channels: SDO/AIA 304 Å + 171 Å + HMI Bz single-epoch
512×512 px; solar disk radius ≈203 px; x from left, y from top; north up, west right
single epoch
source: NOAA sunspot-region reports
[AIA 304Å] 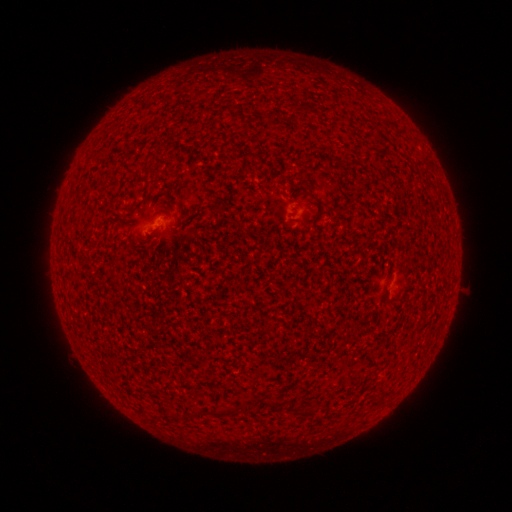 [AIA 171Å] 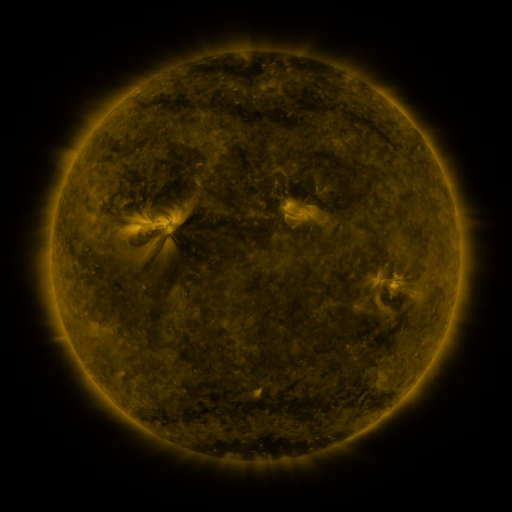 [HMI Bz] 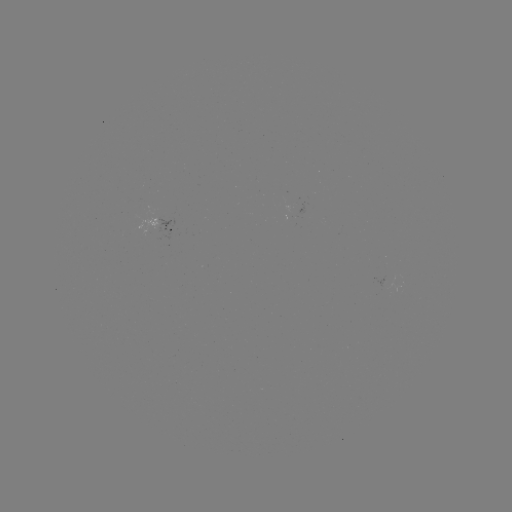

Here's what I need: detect spotted active region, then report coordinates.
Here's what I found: spotted active region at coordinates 173,228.